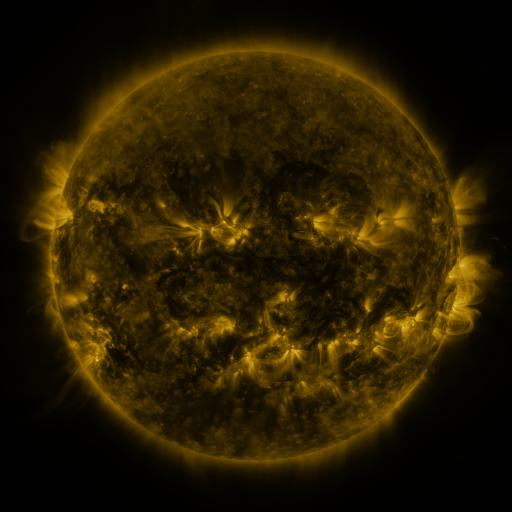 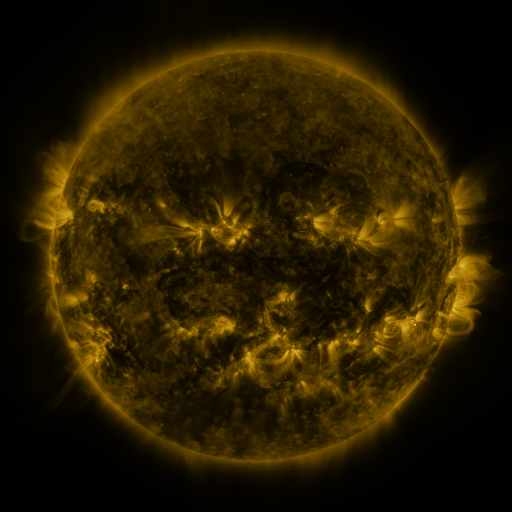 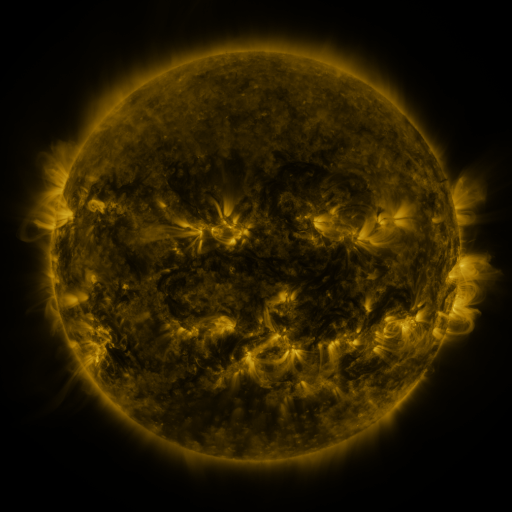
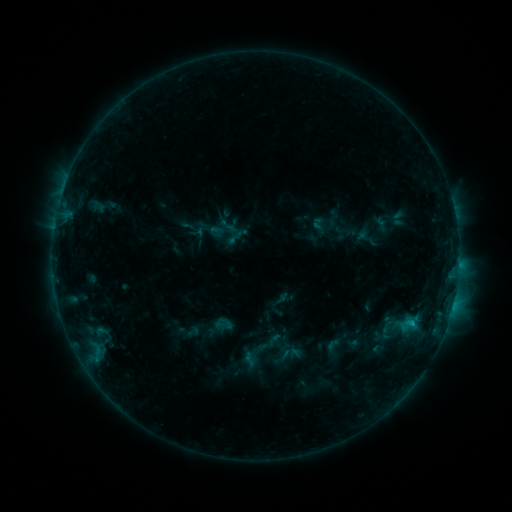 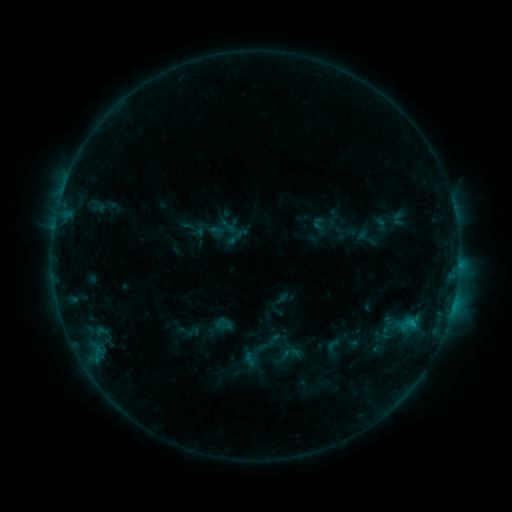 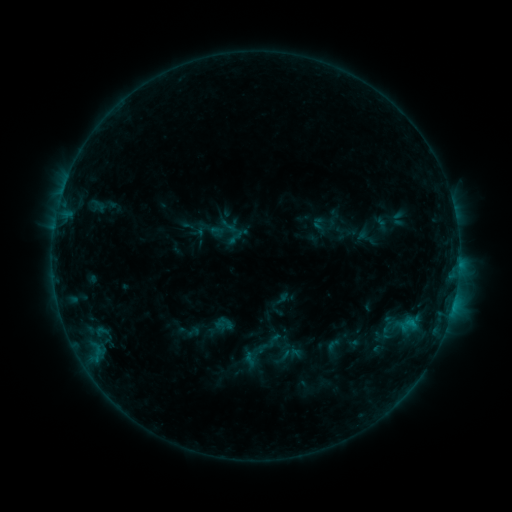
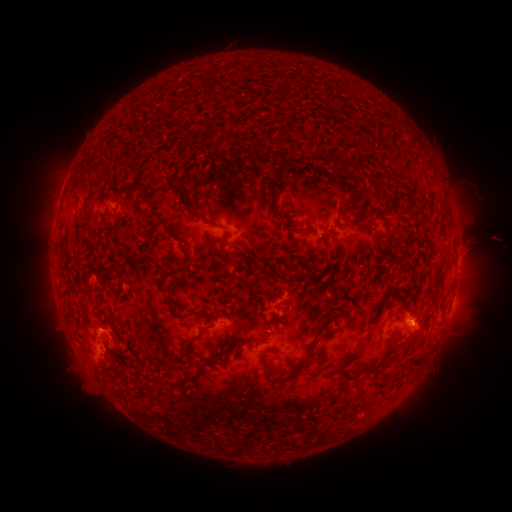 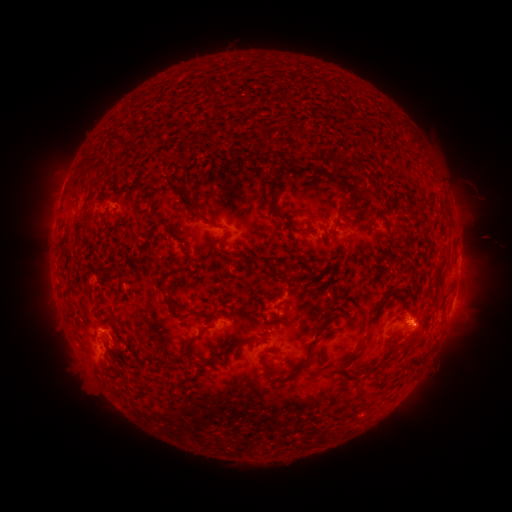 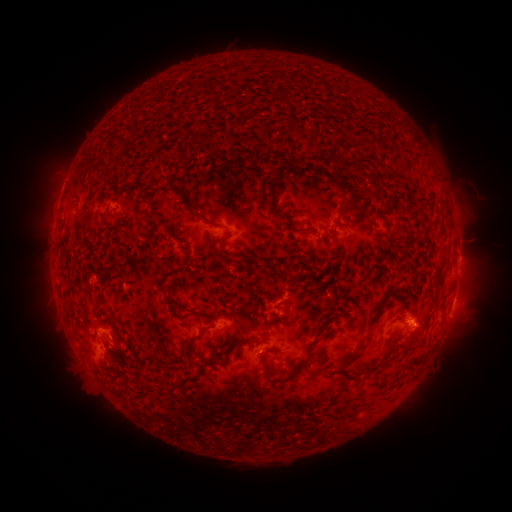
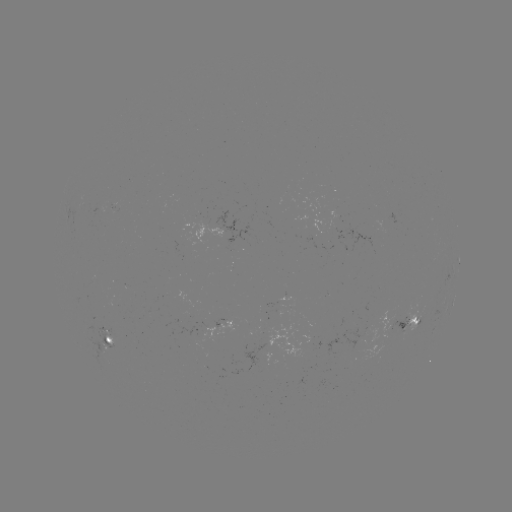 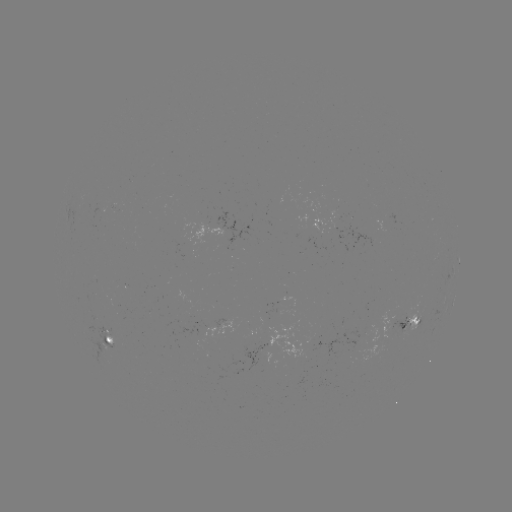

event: eruption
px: (267, 359)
